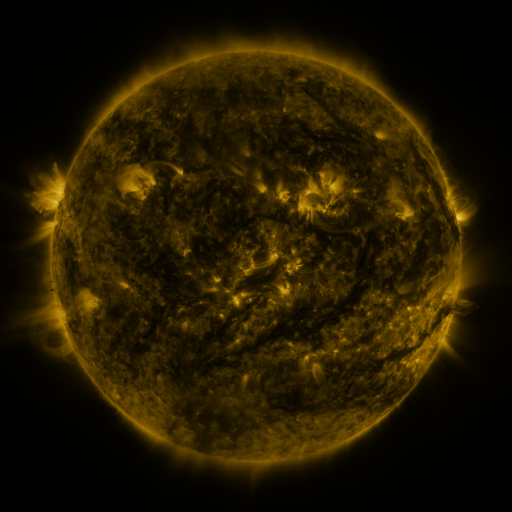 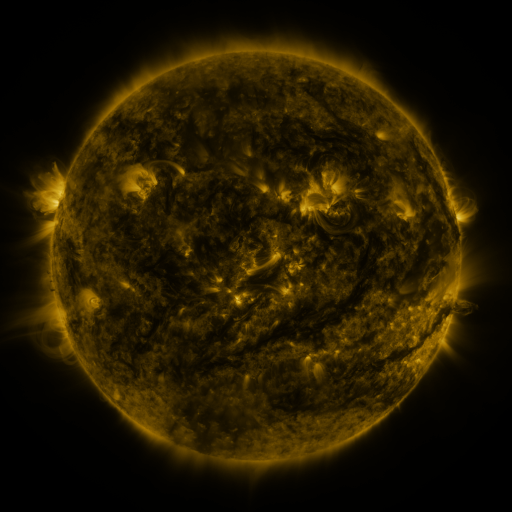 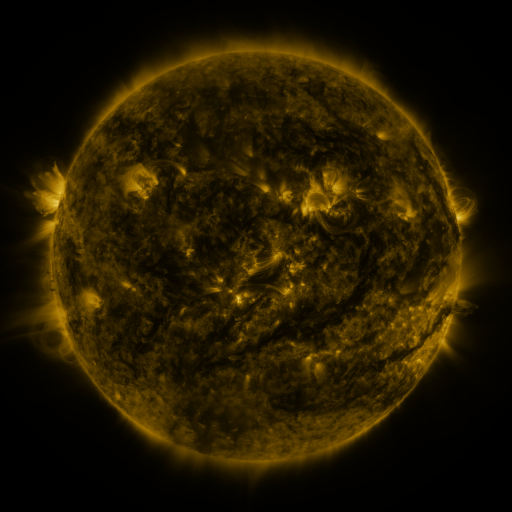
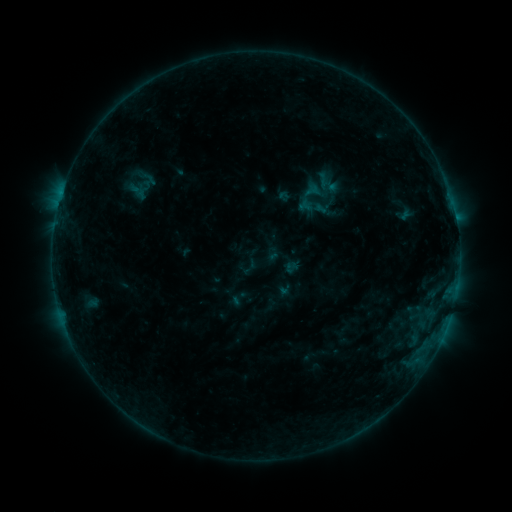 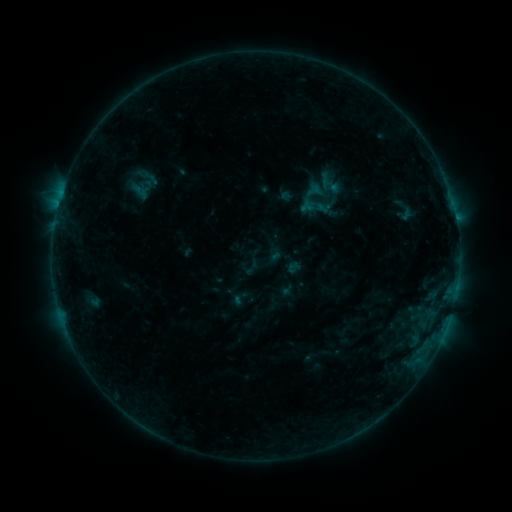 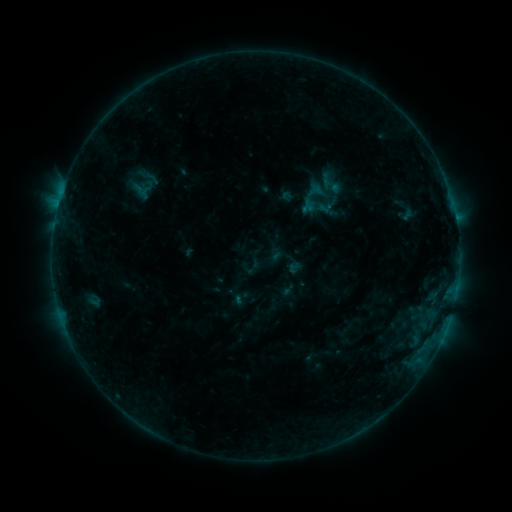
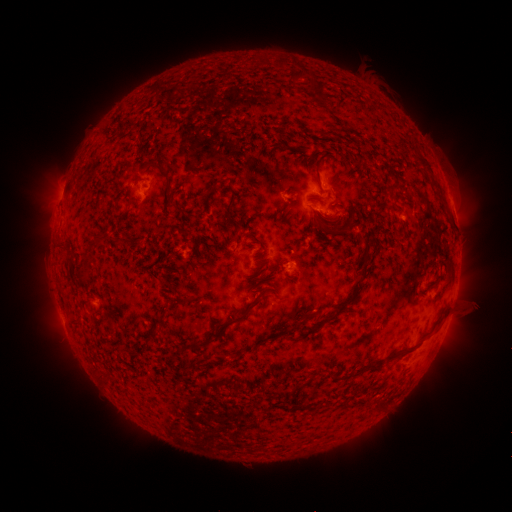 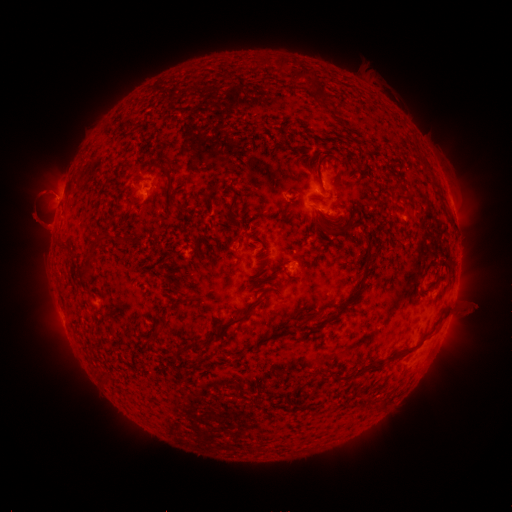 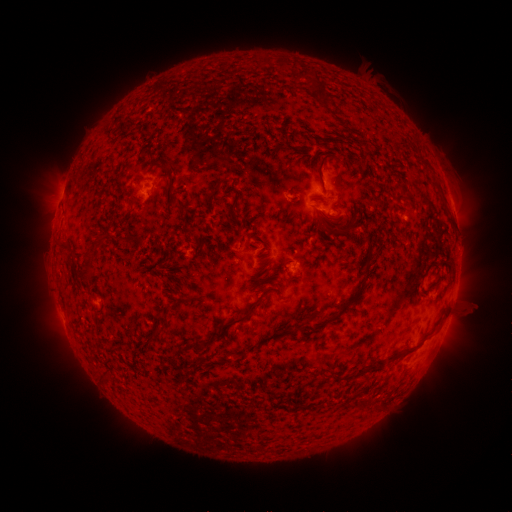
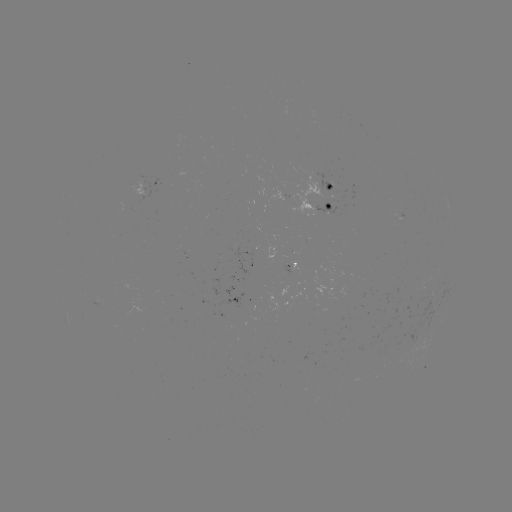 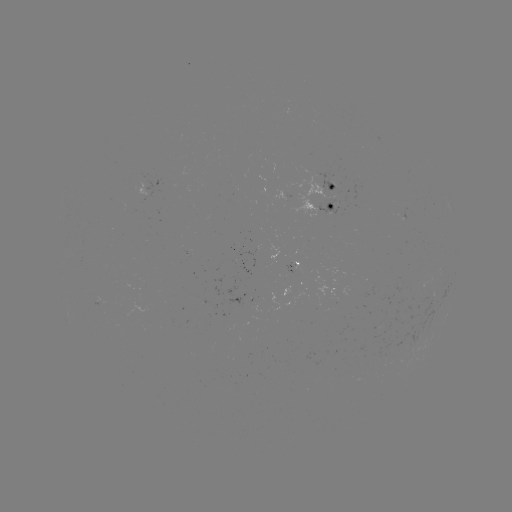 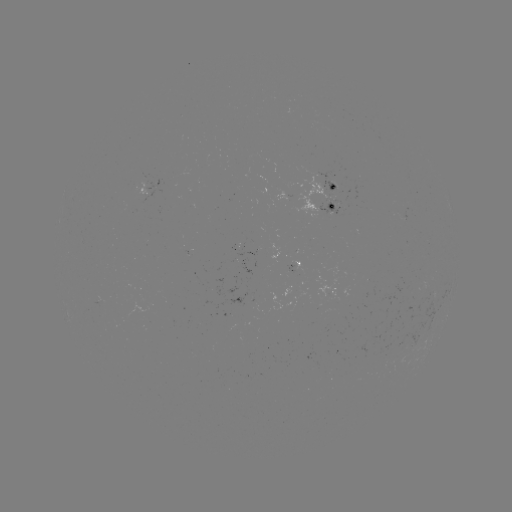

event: emerging-flux region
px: (286, 195)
